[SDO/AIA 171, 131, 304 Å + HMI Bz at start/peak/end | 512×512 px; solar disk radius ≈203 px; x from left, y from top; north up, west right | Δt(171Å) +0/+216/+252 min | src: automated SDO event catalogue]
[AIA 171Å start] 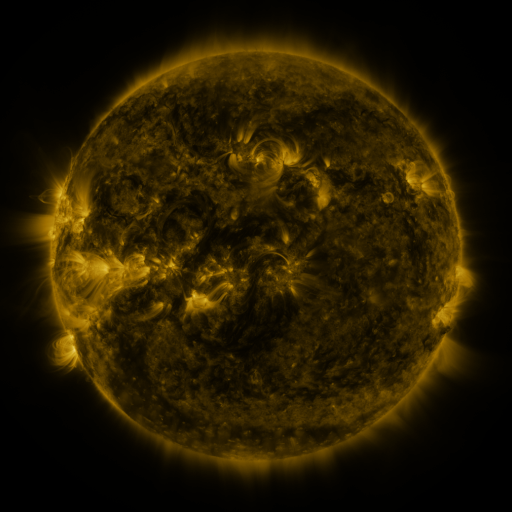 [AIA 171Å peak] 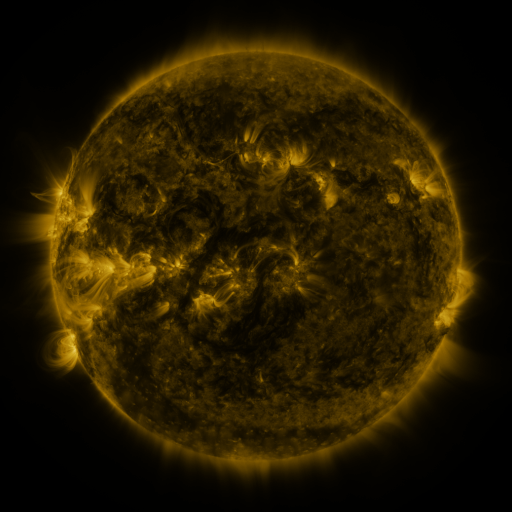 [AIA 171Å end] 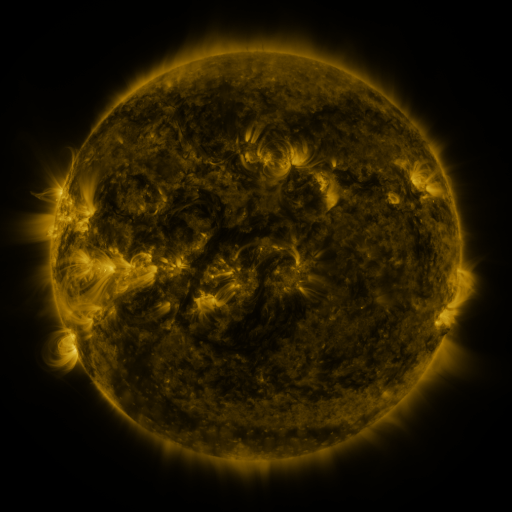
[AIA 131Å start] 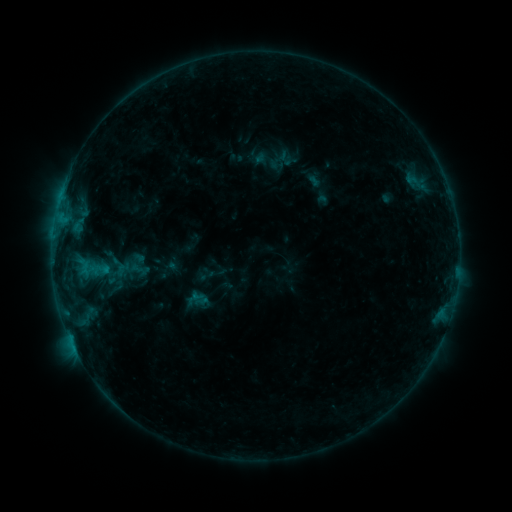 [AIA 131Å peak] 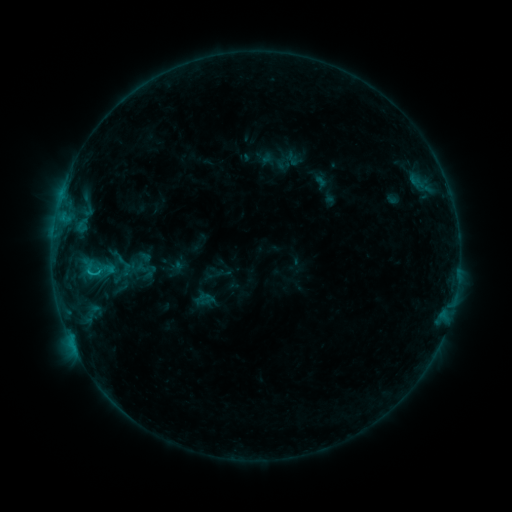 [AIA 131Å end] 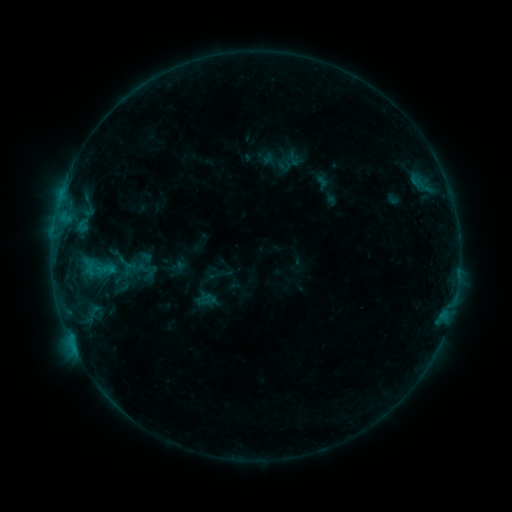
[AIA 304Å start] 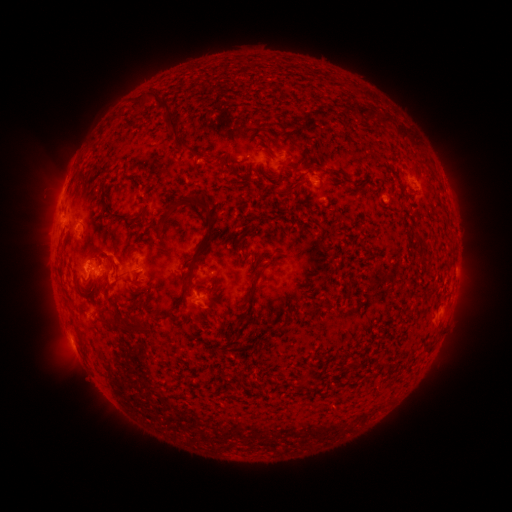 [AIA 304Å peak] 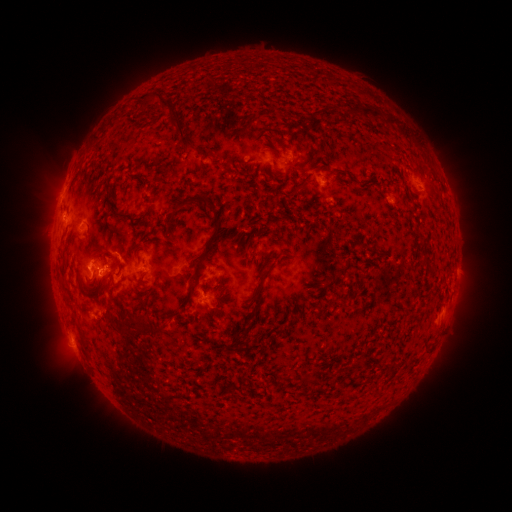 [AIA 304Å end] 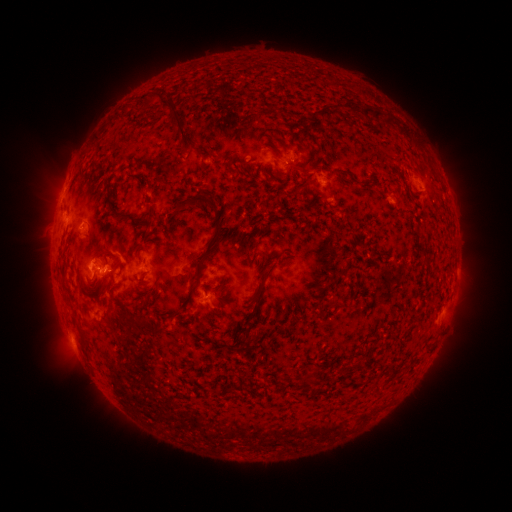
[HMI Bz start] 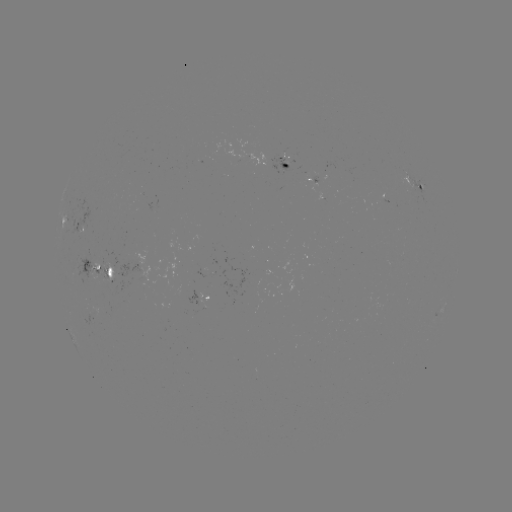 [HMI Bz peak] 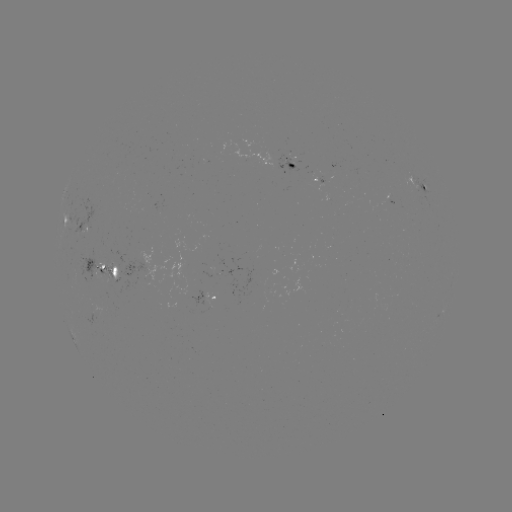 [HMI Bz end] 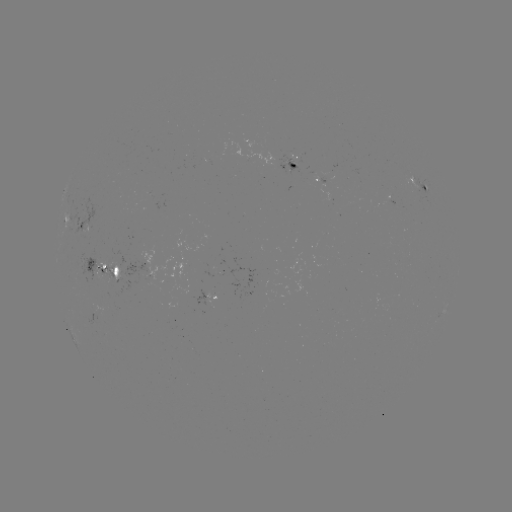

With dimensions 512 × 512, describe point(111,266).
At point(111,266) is emerging-flux region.